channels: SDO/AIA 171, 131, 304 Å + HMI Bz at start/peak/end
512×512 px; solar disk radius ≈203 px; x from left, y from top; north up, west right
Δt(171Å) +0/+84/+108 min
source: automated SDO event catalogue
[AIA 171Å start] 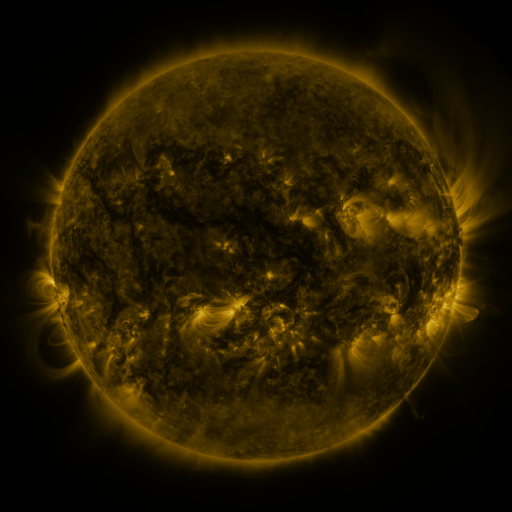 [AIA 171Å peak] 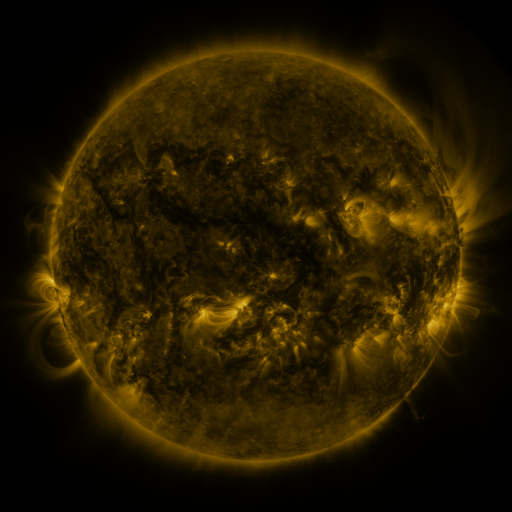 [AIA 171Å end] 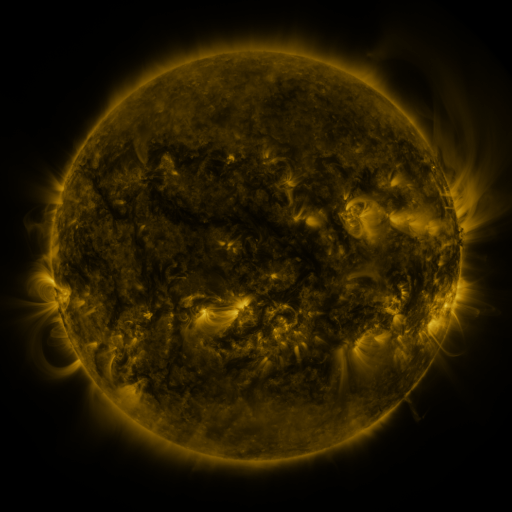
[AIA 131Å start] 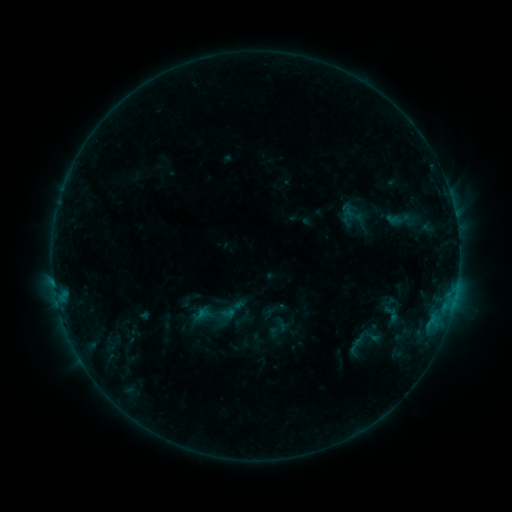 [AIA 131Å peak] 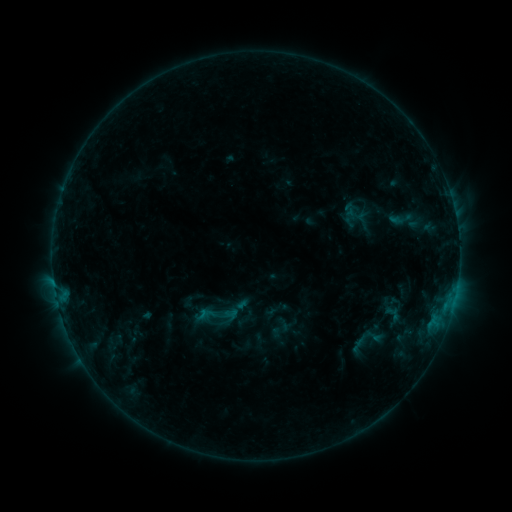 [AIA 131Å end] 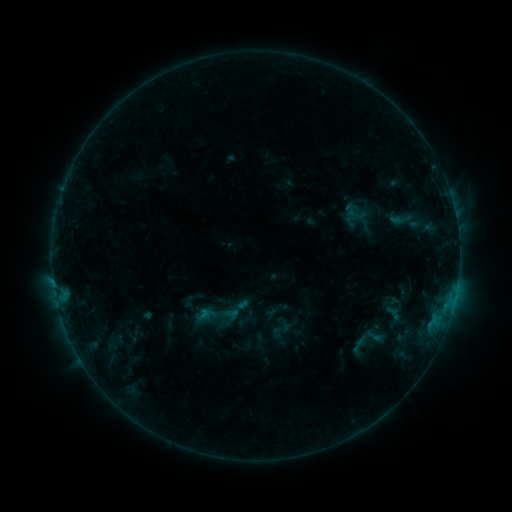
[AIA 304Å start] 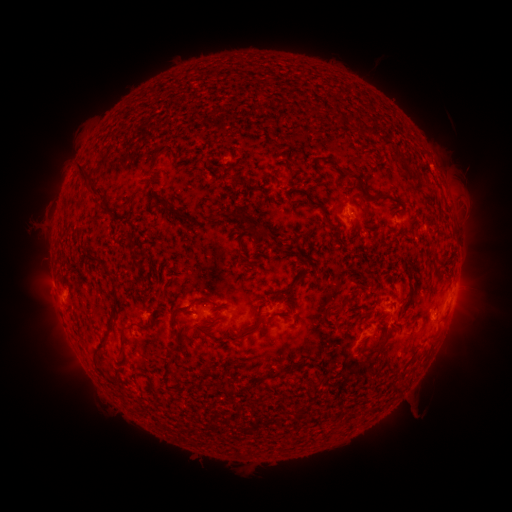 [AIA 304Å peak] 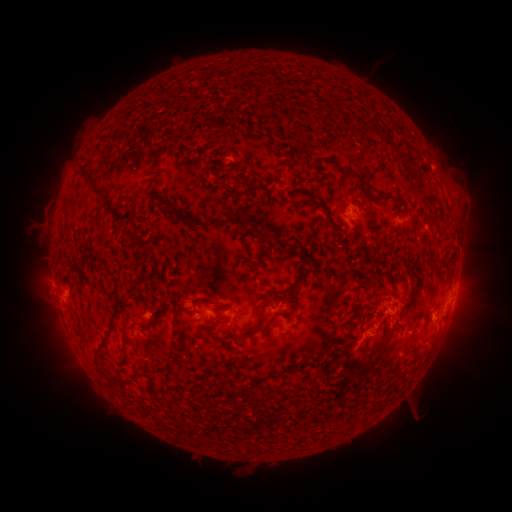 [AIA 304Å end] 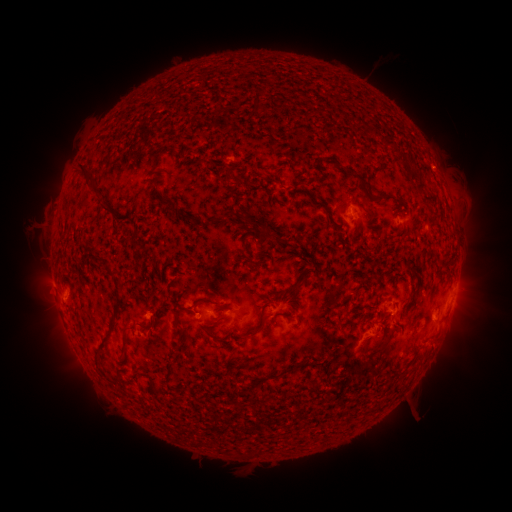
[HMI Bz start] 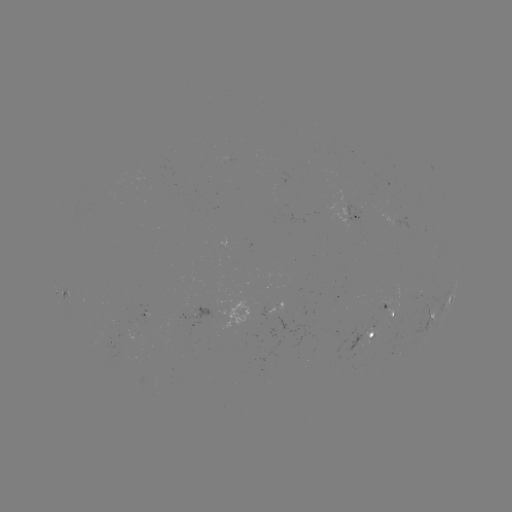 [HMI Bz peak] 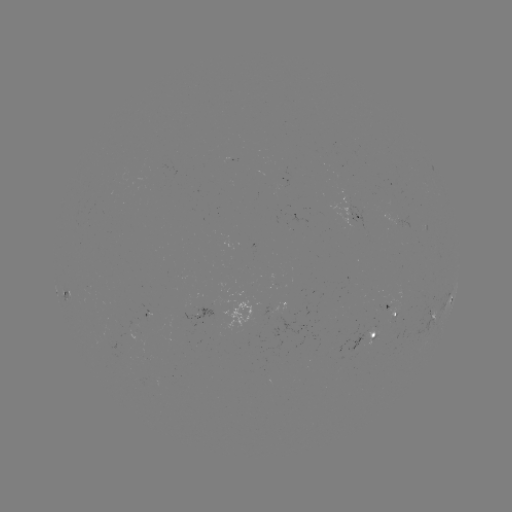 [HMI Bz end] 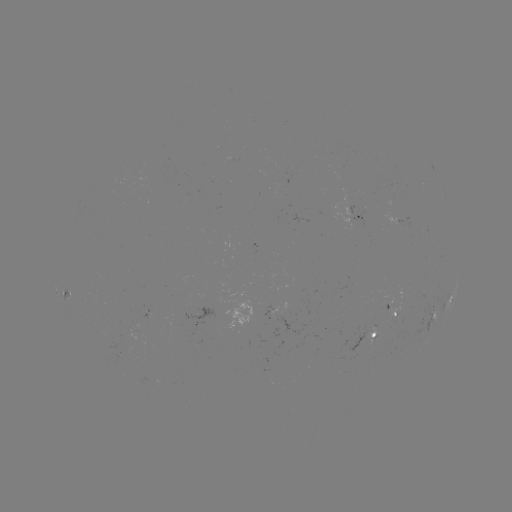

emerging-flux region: [382, 212, 400, 226]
